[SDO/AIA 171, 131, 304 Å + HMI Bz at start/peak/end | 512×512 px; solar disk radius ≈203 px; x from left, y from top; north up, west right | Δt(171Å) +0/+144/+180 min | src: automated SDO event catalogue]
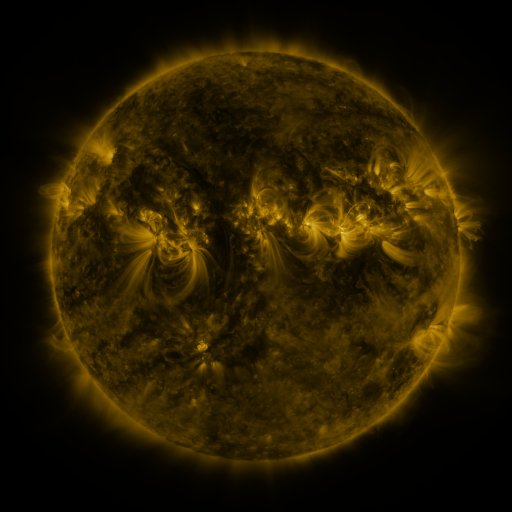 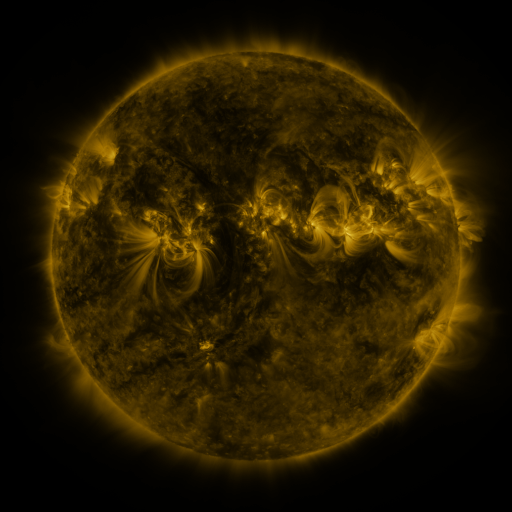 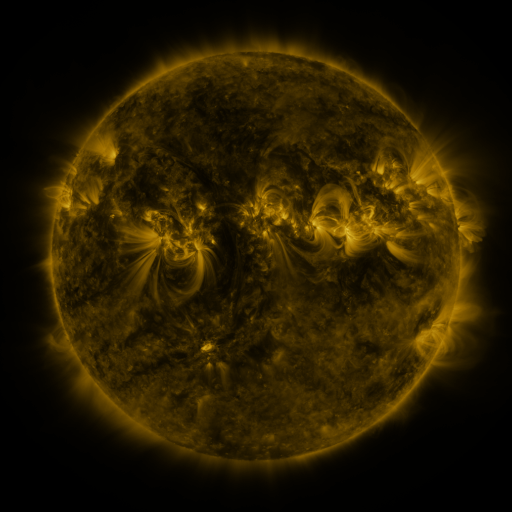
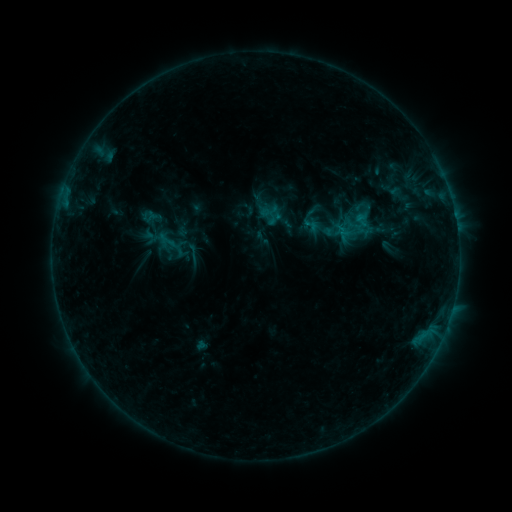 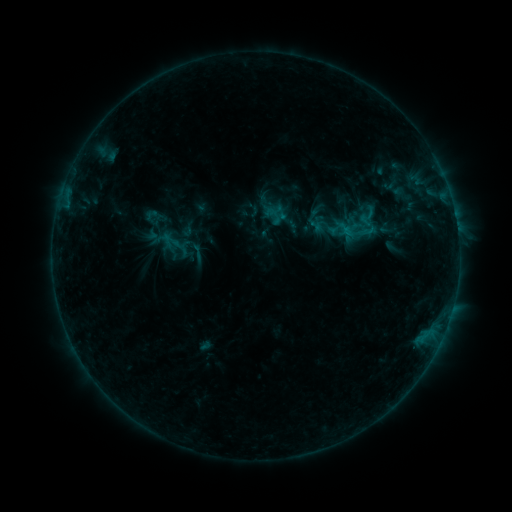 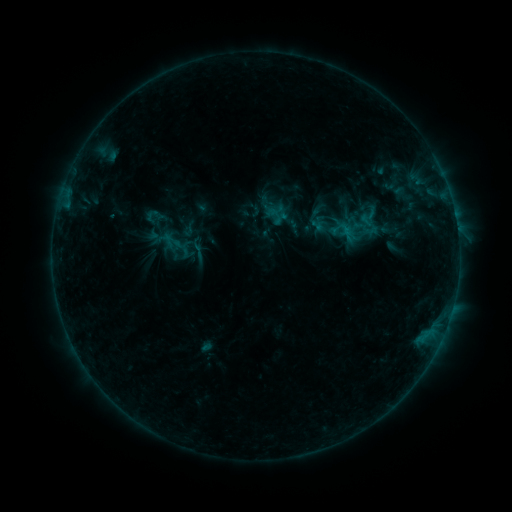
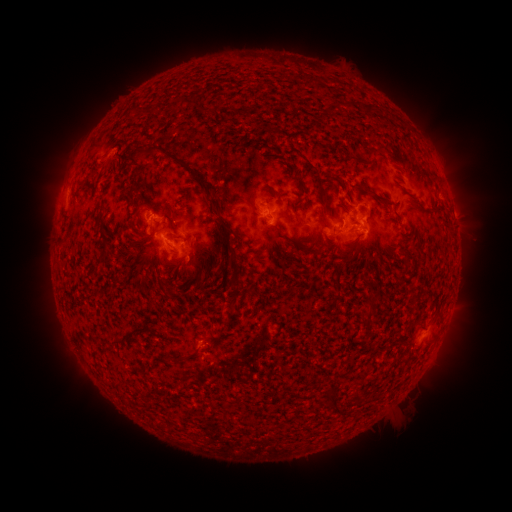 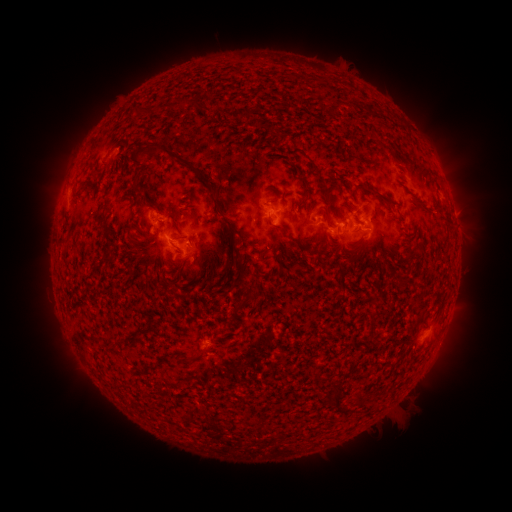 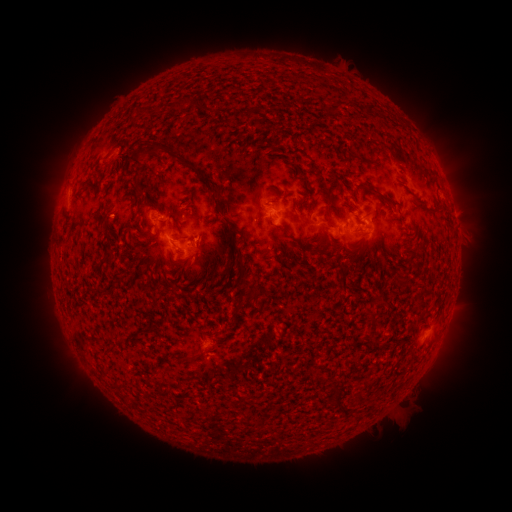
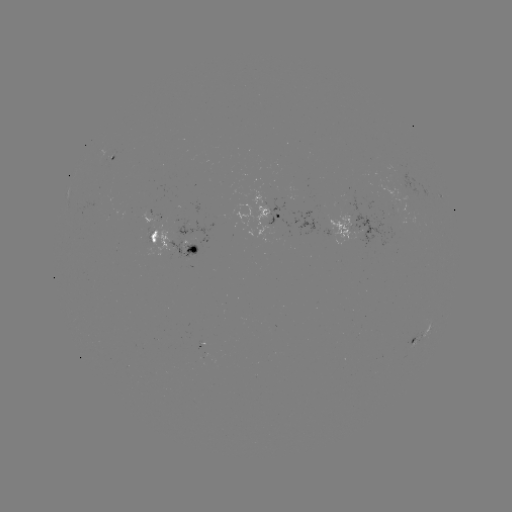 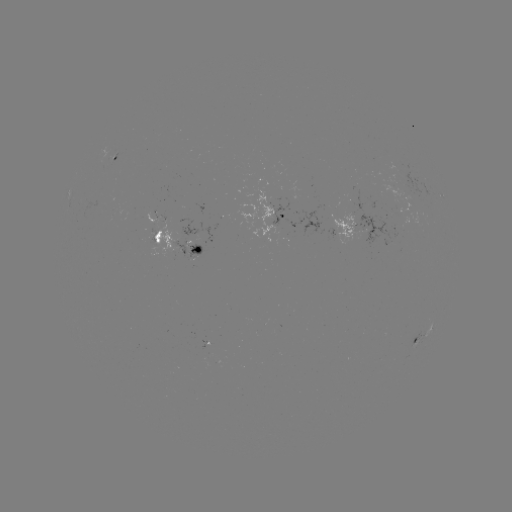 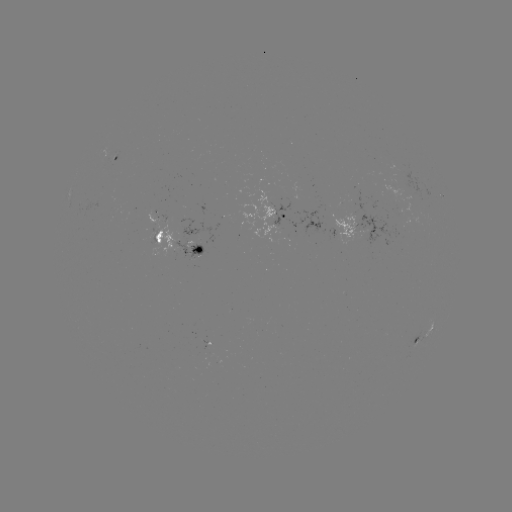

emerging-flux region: <bbox>147, 227, 155, 244</bbox>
